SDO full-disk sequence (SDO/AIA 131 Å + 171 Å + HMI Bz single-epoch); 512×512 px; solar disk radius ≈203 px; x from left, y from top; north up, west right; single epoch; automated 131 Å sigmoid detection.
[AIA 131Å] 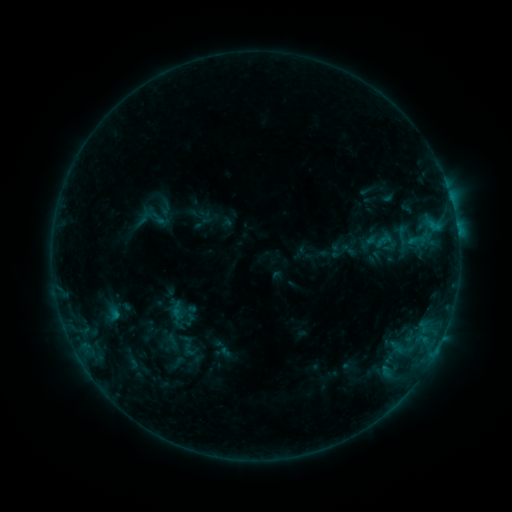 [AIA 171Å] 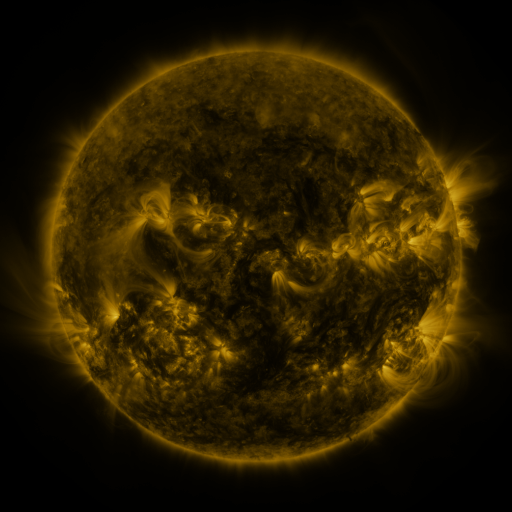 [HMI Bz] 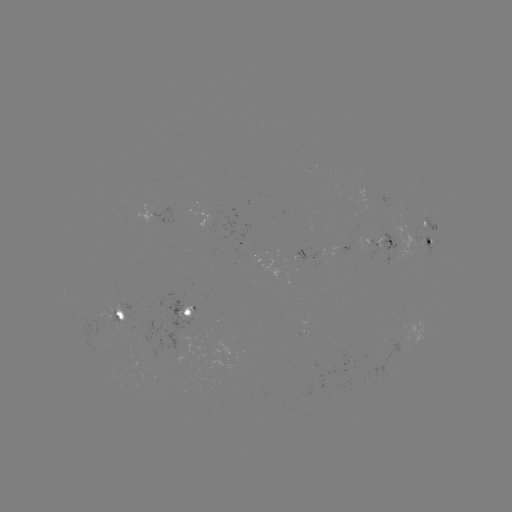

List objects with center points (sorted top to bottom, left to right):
sigmoid: (403, 235)
sigmoid: (384, 240)
